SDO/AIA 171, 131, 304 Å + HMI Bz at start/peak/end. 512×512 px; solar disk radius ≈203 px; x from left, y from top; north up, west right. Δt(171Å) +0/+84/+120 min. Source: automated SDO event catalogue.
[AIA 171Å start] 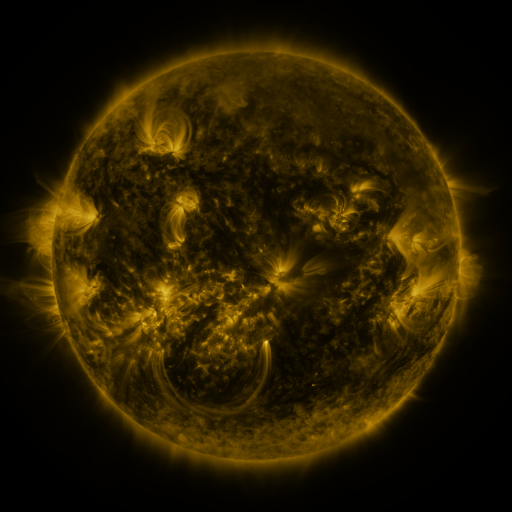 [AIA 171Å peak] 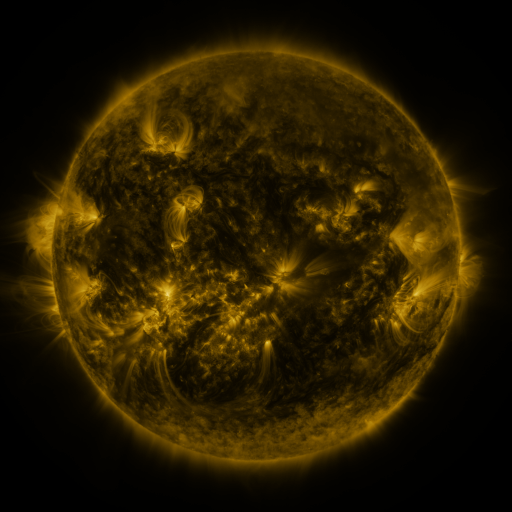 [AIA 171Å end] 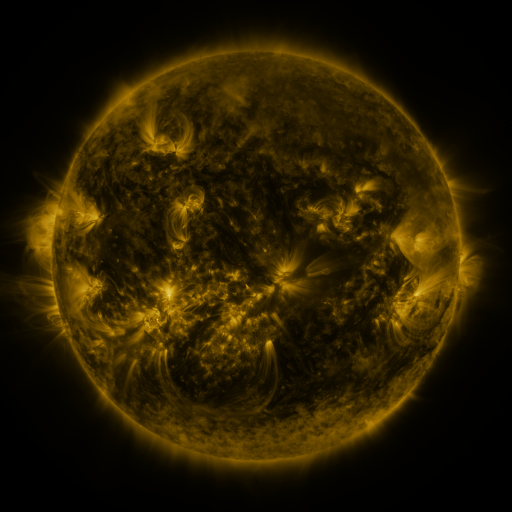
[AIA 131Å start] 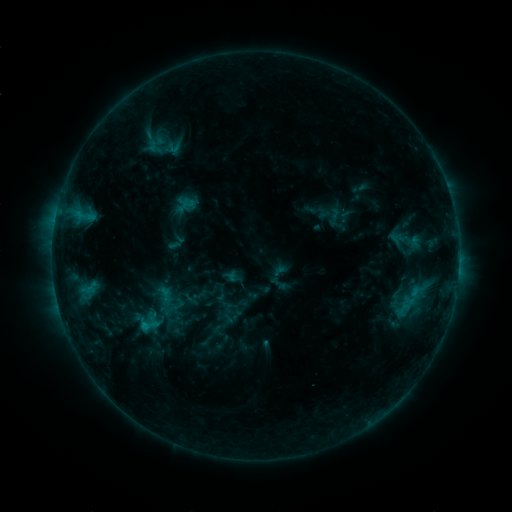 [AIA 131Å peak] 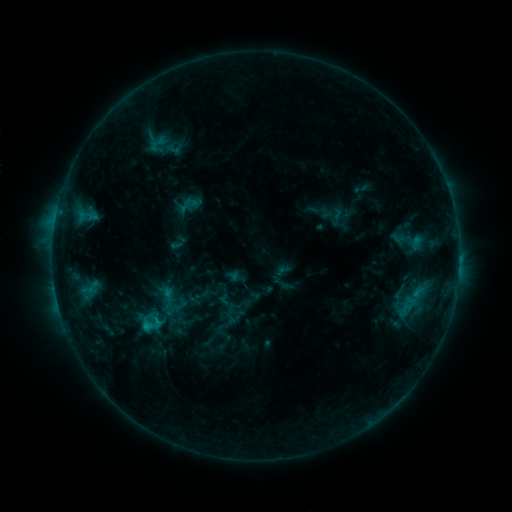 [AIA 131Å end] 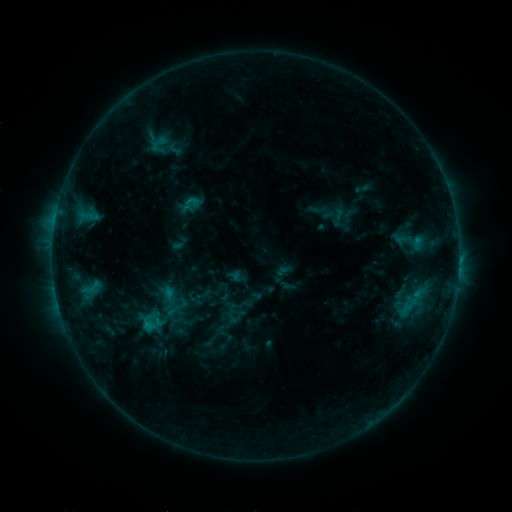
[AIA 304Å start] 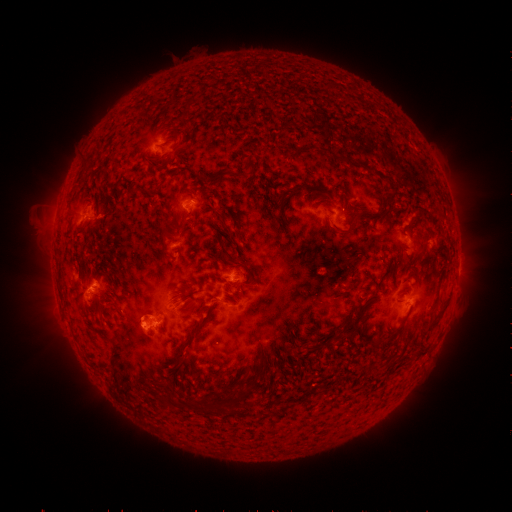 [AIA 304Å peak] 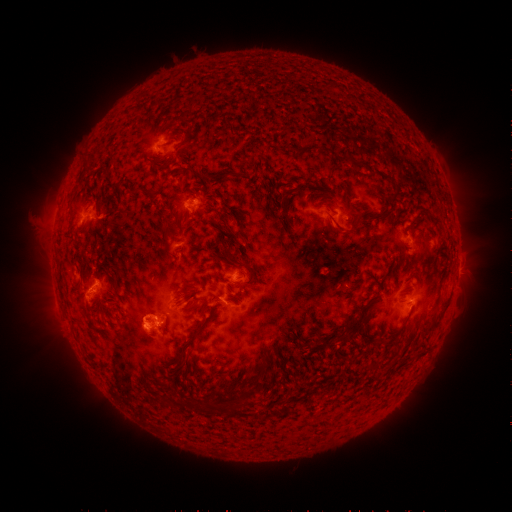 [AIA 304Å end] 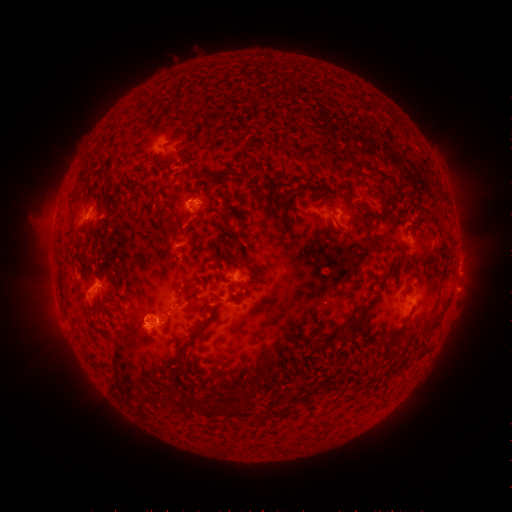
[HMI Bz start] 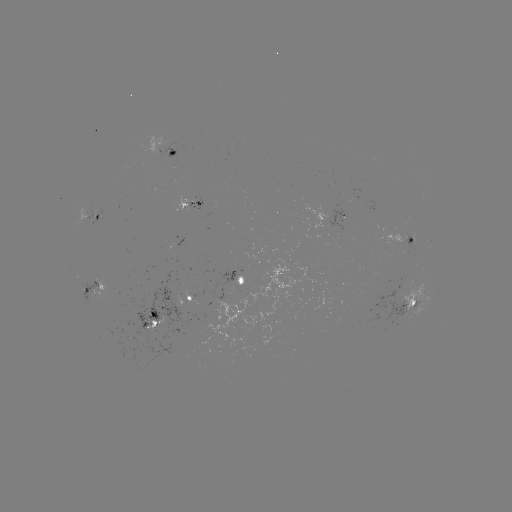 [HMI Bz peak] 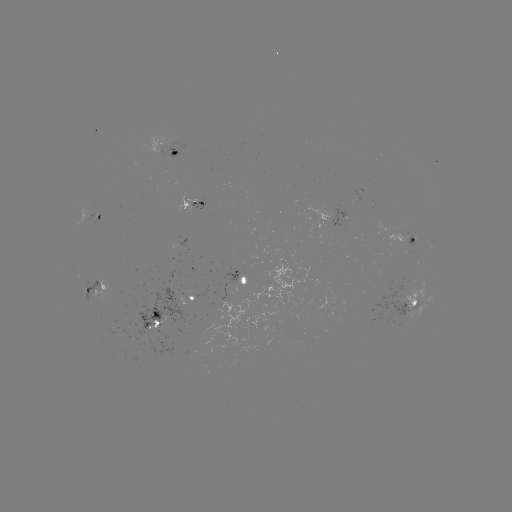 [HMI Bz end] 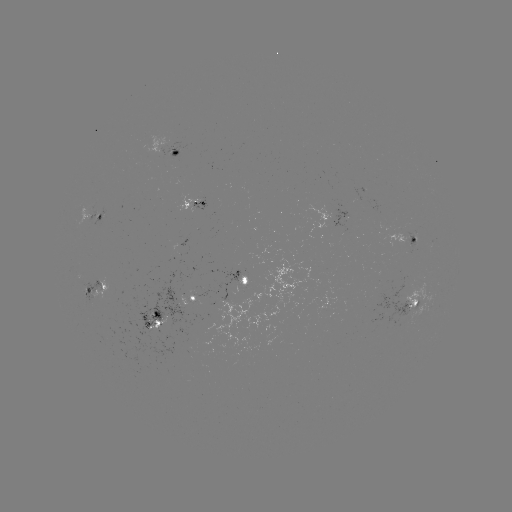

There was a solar emerging-flux region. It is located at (413, 243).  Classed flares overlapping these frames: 1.